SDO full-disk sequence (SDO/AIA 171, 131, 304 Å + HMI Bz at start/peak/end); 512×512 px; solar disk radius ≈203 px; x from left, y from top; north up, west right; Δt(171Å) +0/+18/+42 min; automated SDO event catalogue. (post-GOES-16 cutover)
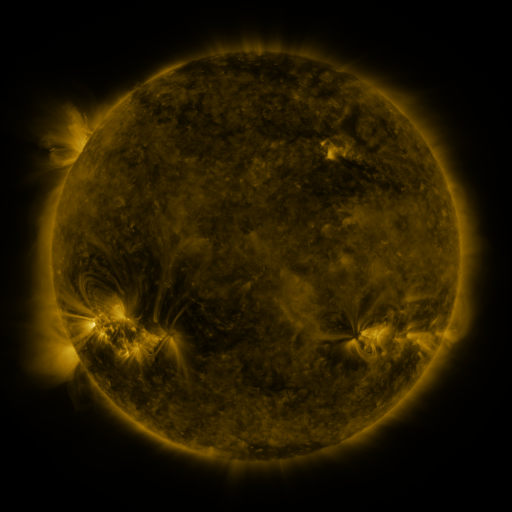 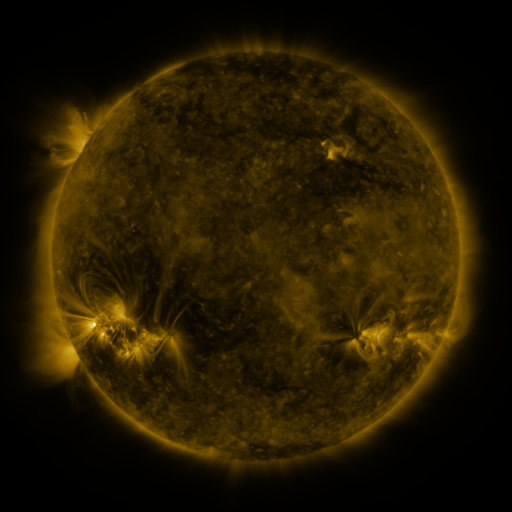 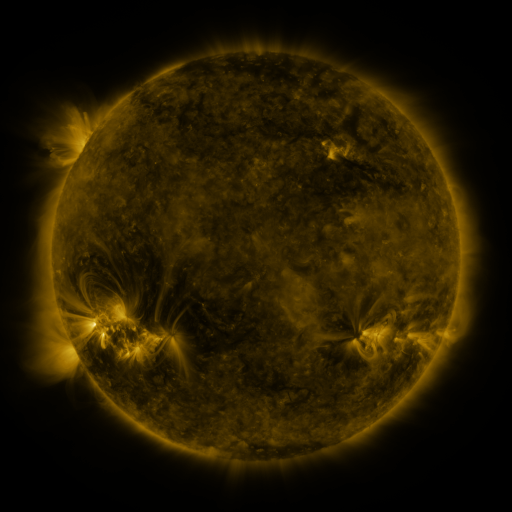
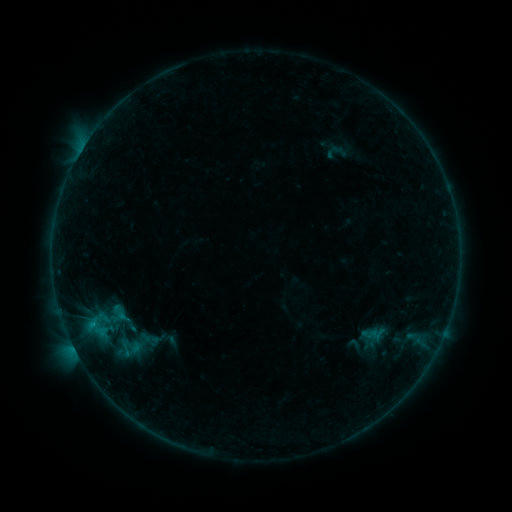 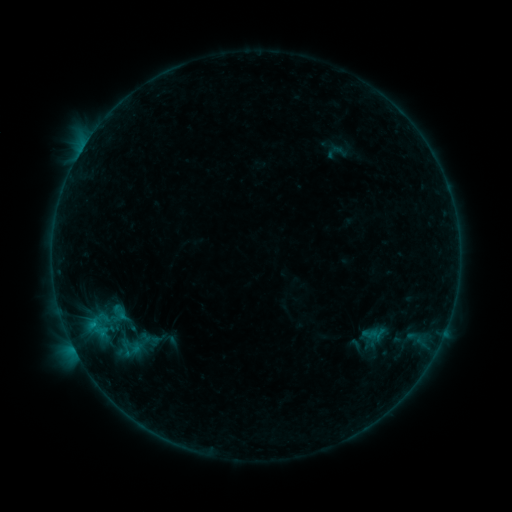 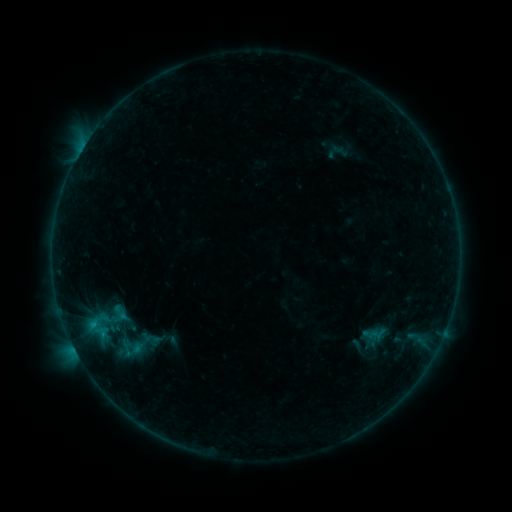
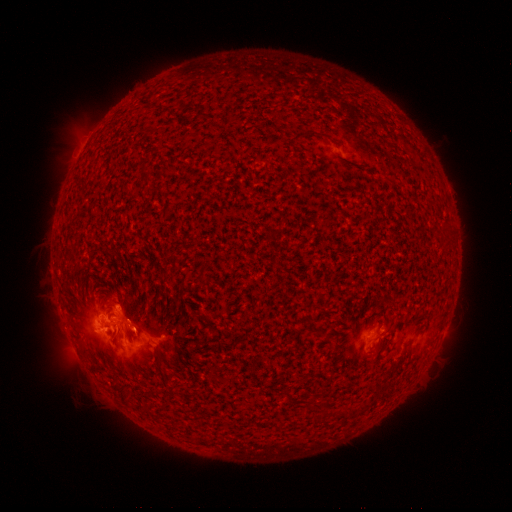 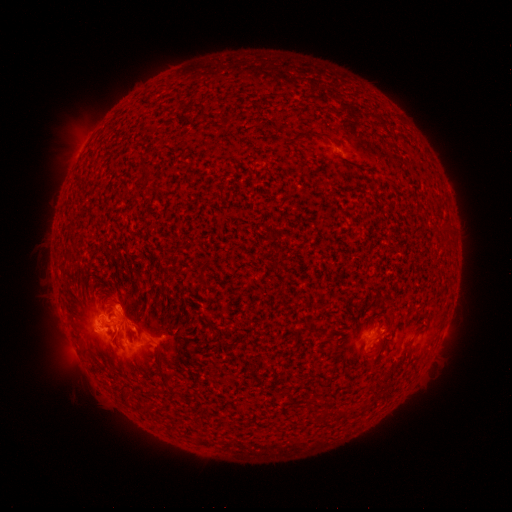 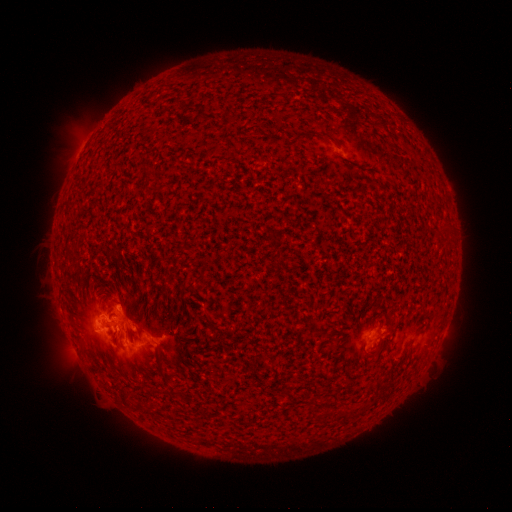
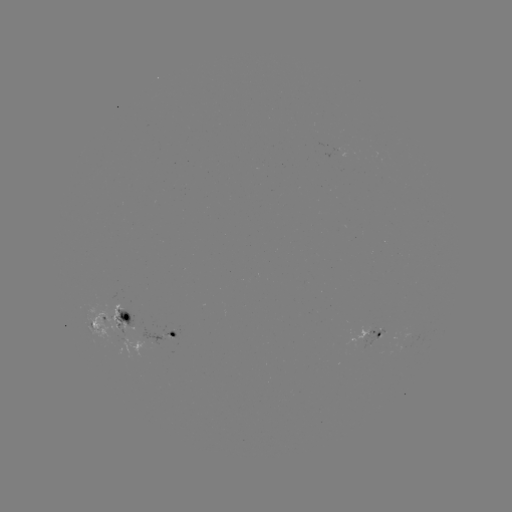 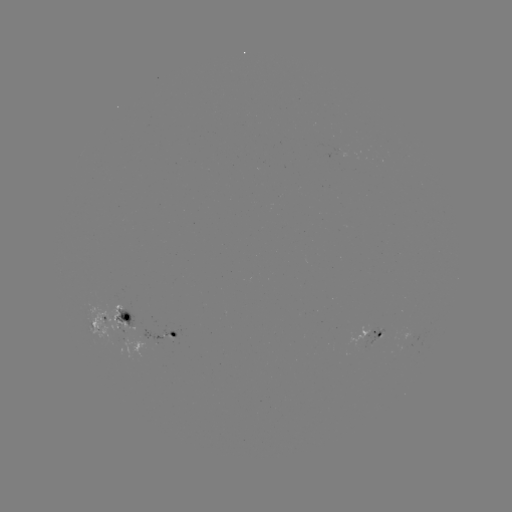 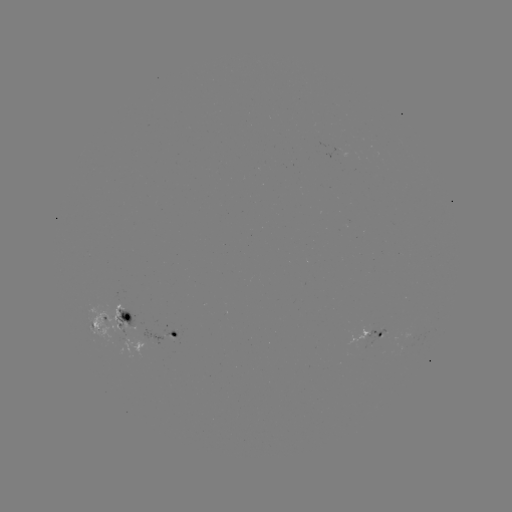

no flare in any classed list; no EUV-trigger detection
